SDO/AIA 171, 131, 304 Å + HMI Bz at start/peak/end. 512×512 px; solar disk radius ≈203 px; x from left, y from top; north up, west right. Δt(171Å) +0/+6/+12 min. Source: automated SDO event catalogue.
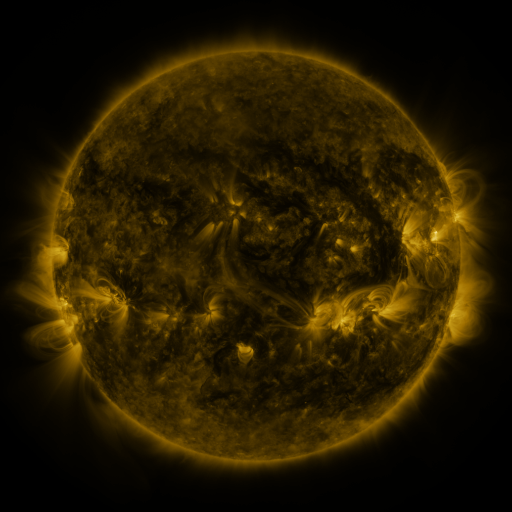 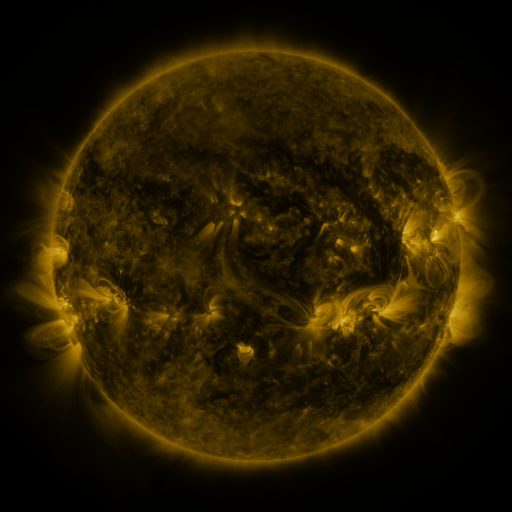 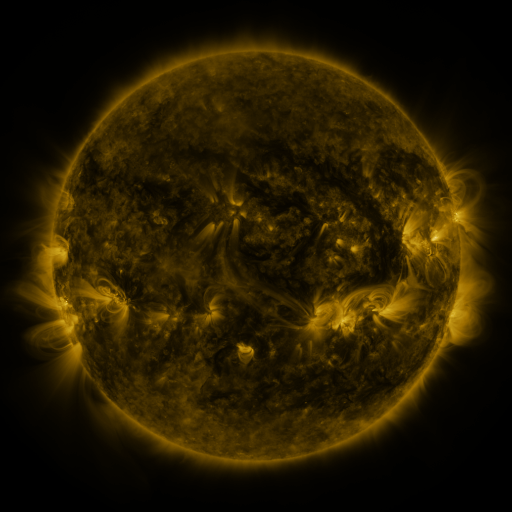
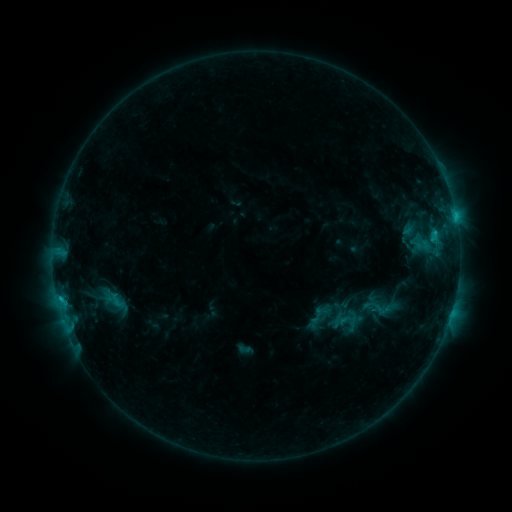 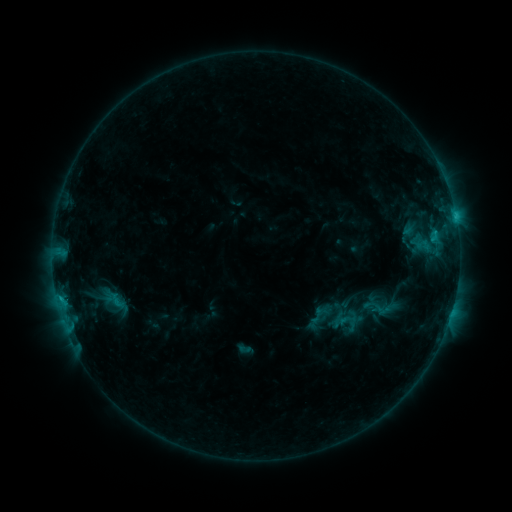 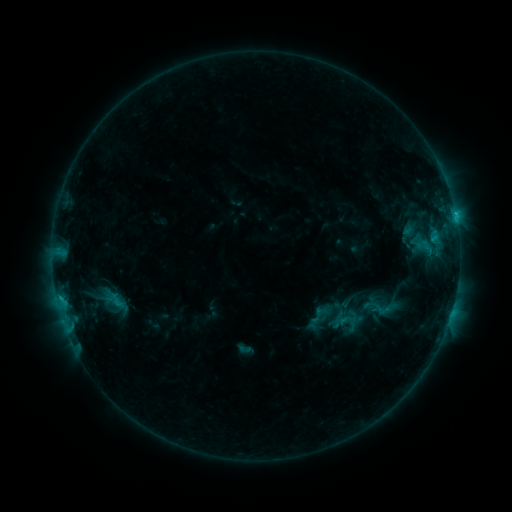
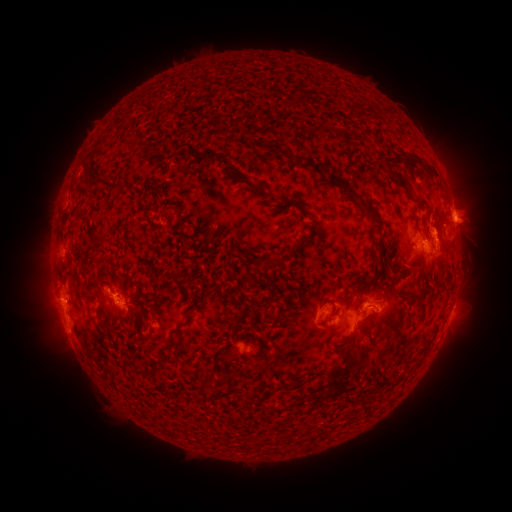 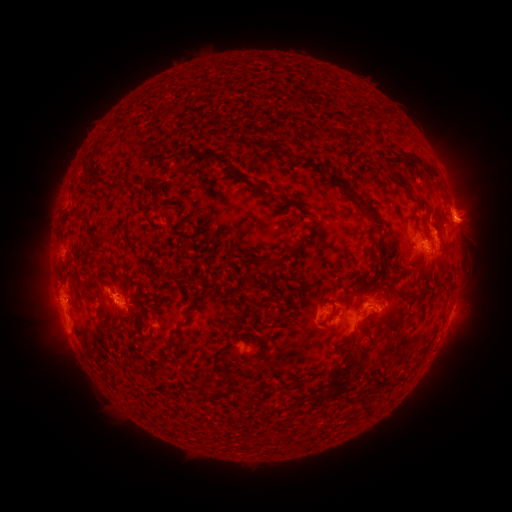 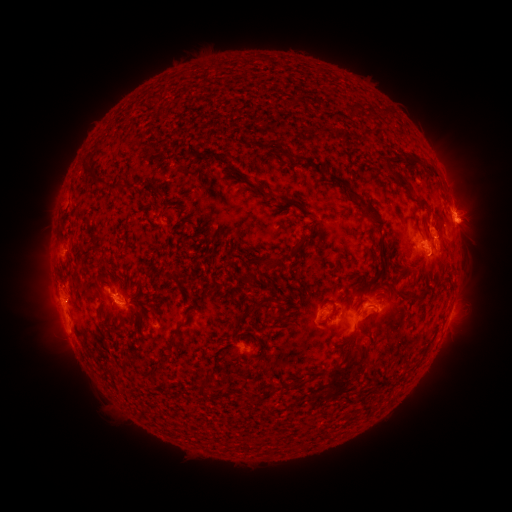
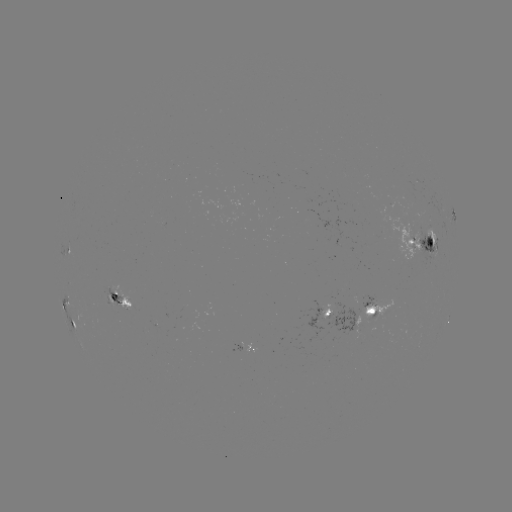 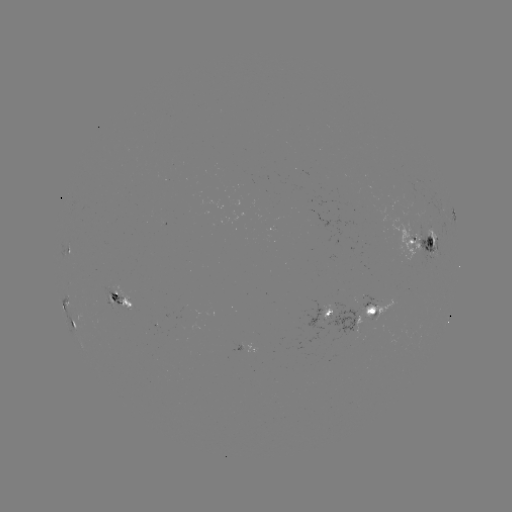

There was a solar eruption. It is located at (474, 224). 